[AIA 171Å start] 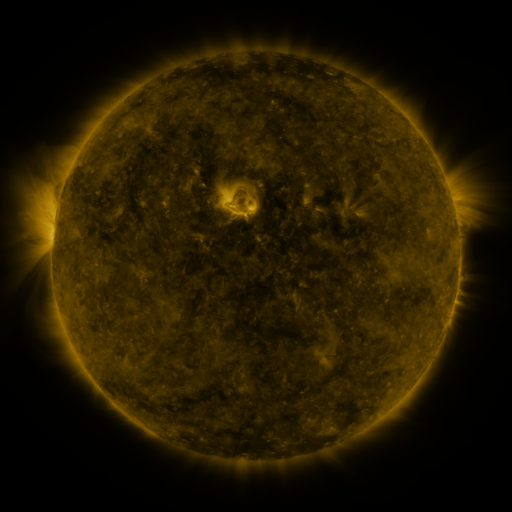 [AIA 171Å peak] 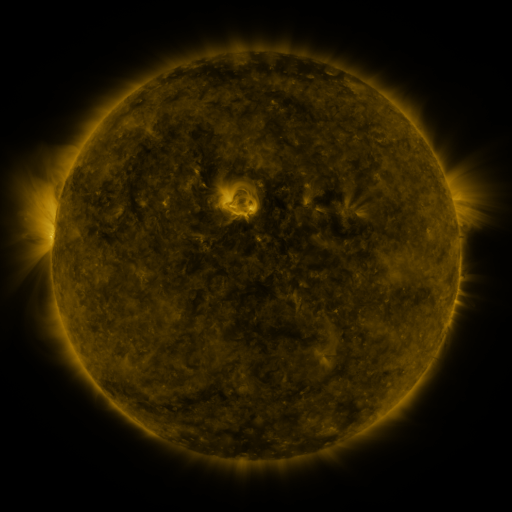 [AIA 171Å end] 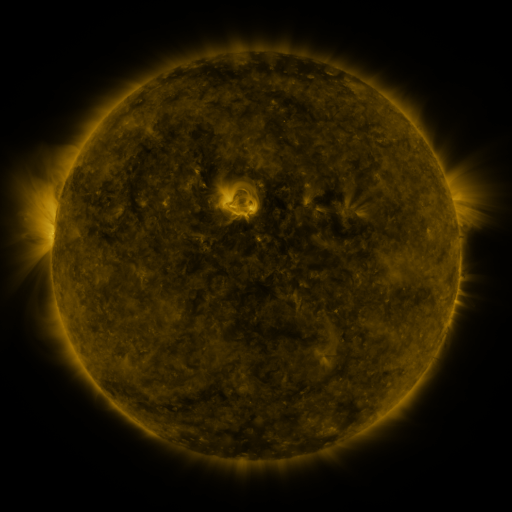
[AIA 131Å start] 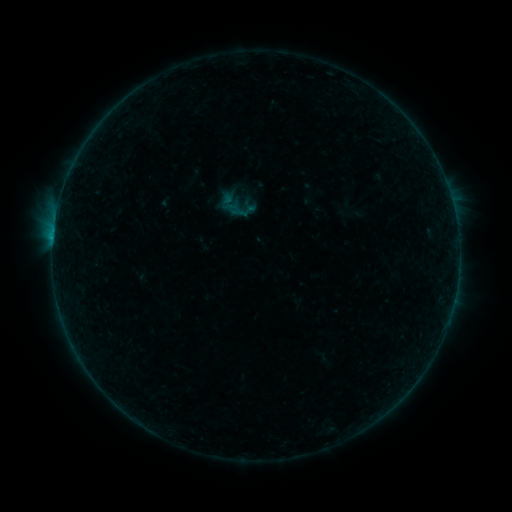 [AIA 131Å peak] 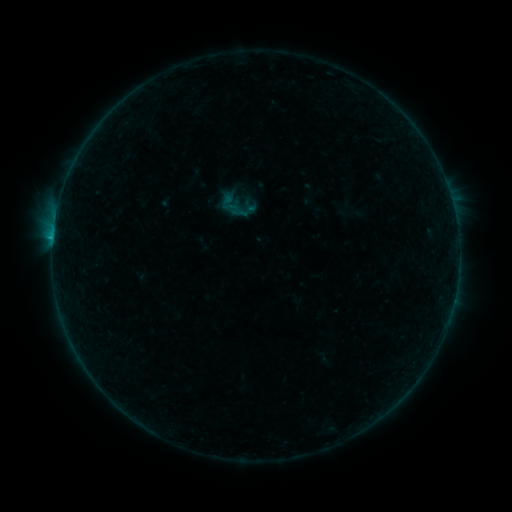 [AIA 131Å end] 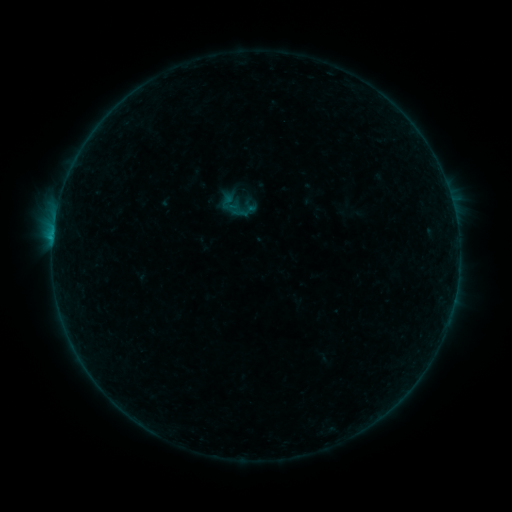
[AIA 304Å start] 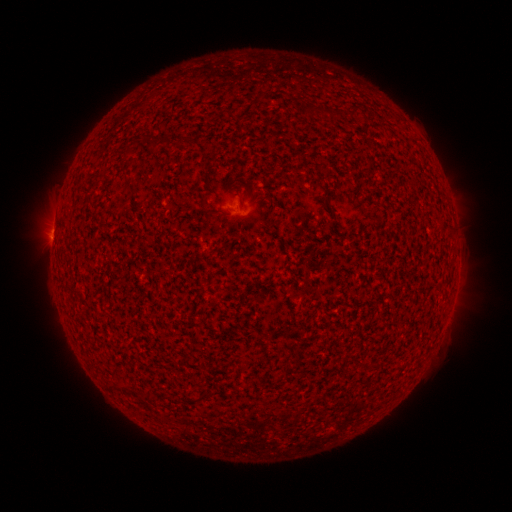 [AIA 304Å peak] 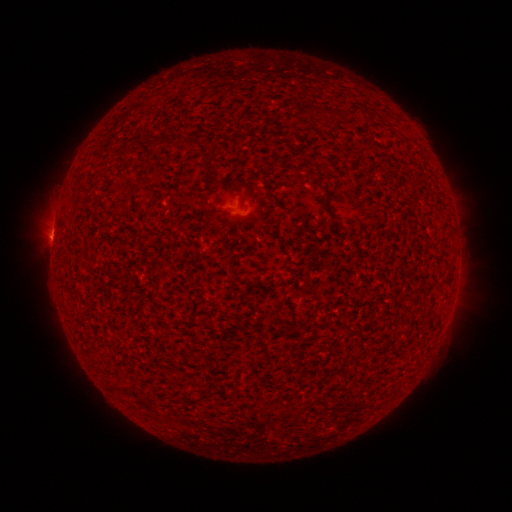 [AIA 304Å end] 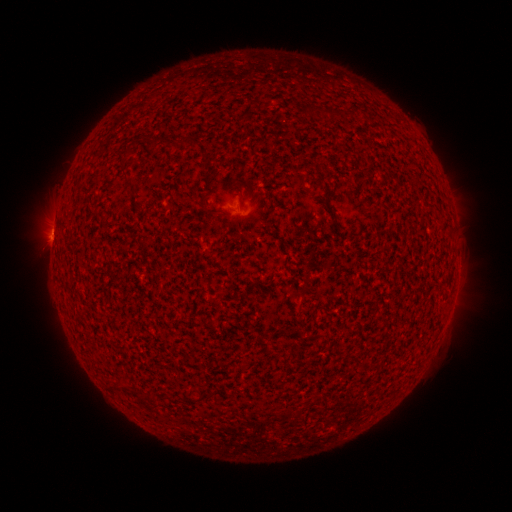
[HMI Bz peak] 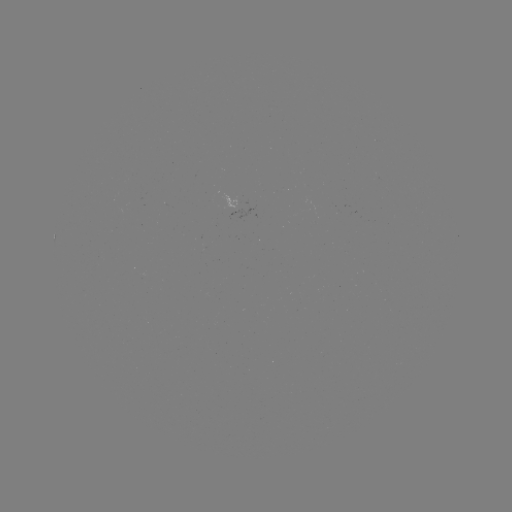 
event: flare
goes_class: B4.1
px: (53, 241)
